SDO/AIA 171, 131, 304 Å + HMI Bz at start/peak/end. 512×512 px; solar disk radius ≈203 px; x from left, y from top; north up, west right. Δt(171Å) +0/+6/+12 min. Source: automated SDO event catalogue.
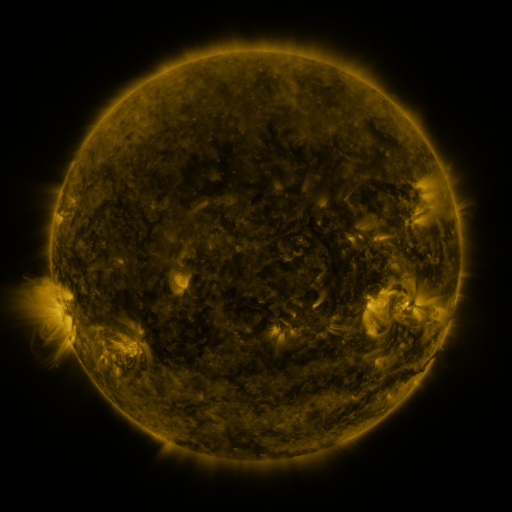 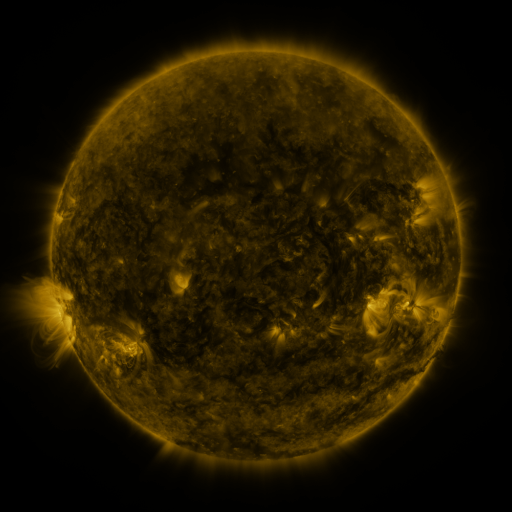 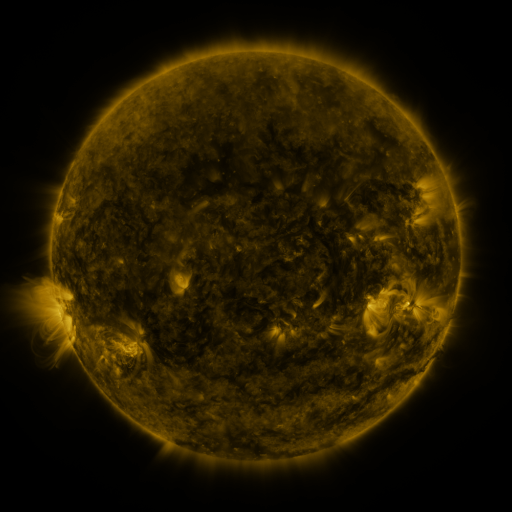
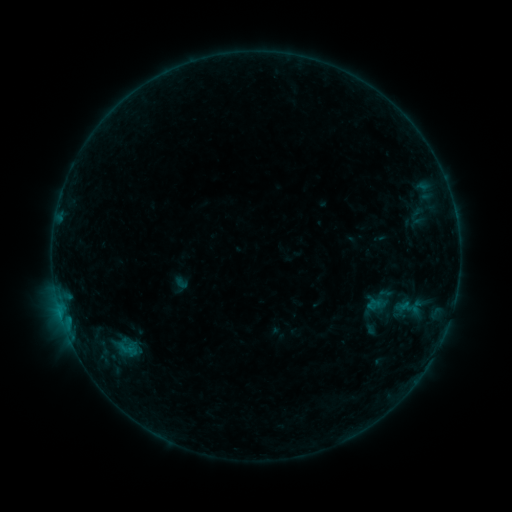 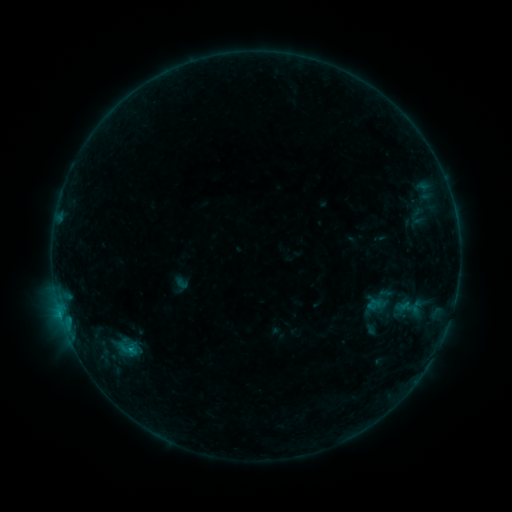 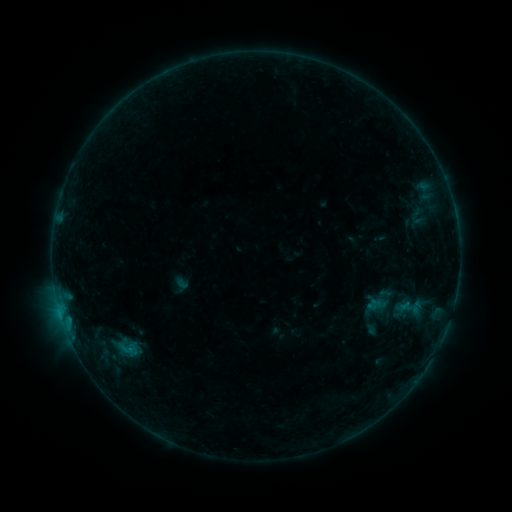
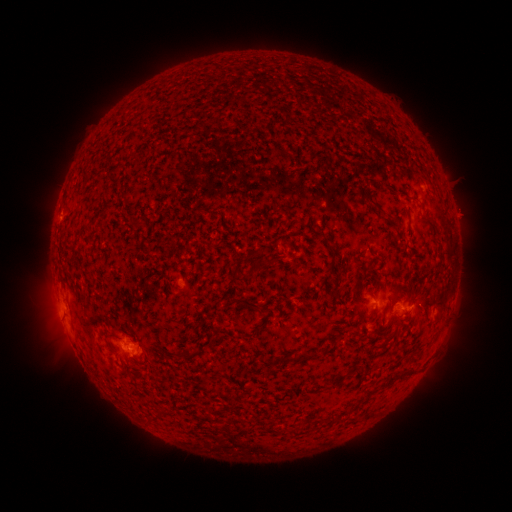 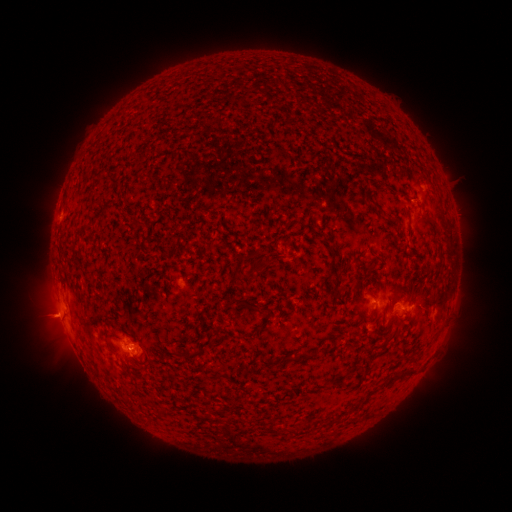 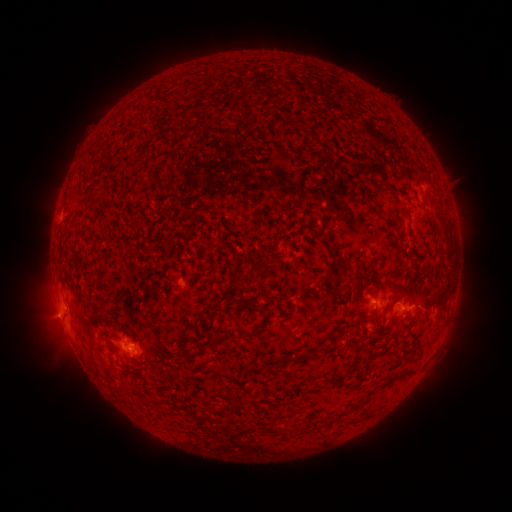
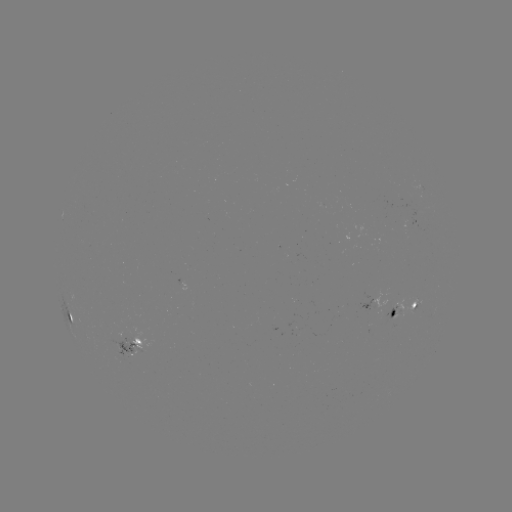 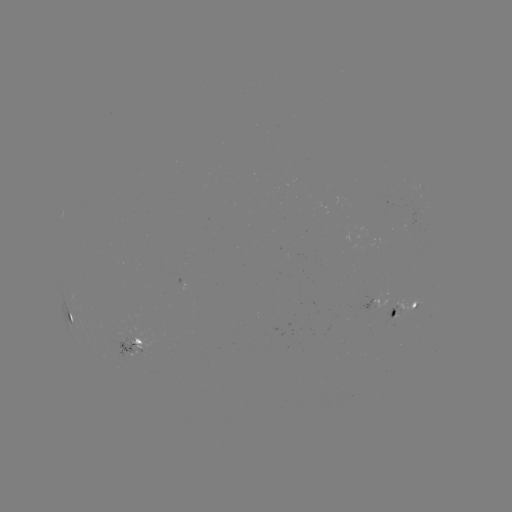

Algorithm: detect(B5.7 flare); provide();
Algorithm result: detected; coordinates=133,346